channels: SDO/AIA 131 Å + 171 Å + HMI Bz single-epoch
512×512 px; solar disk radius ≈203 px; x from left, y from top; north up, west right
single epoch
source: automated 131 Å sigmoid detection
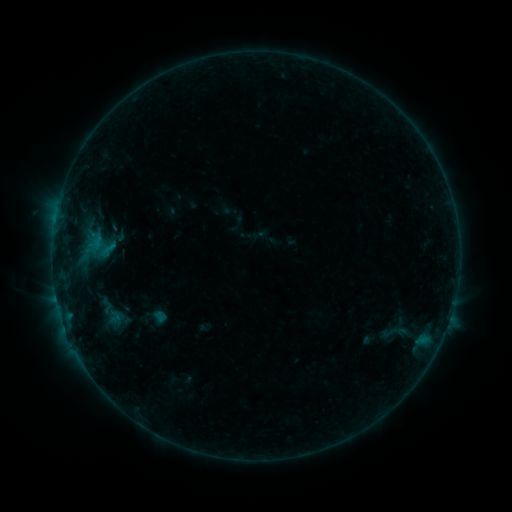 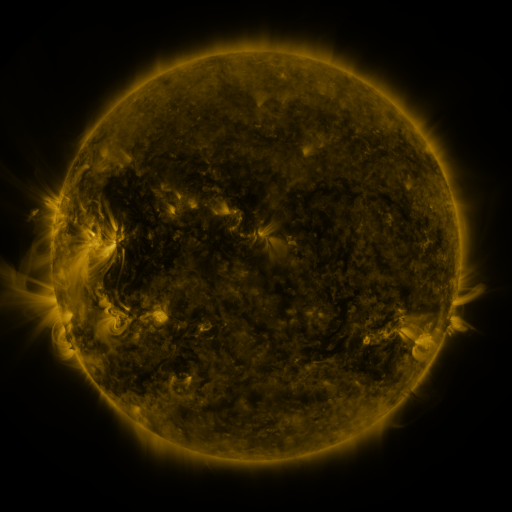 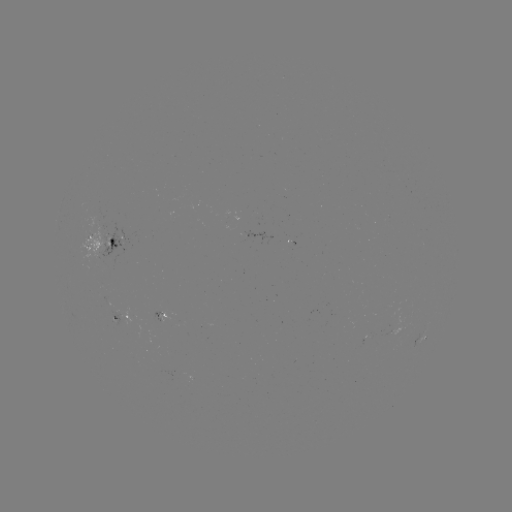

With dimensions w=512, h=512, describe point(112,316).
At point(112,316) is sigmoid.